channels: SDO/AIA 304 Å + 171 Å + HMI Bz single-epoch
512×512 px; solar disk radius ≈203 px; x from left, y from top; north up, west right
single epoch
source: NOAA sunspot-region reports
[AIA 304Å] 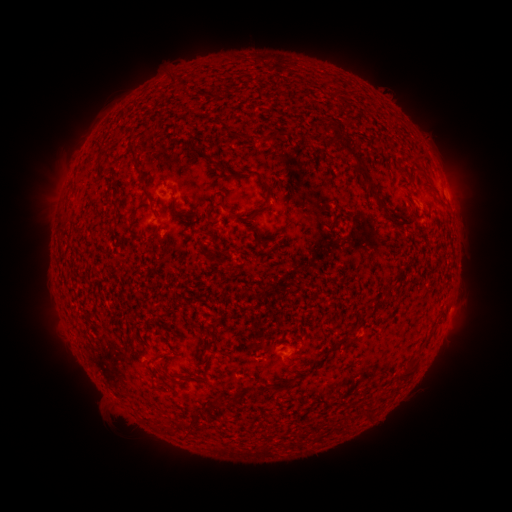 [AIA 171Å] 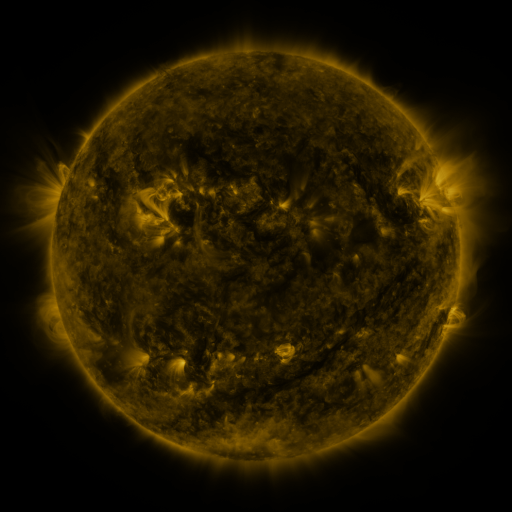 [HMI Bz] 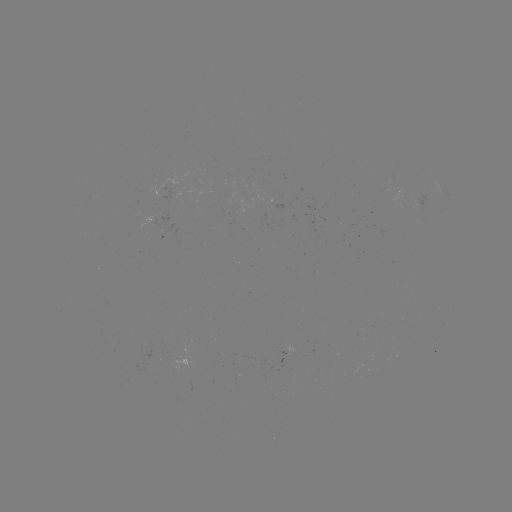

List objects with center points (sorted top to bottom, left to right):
spotted active region: (439, 192)
spotted active region: (164, 195)
spotted active region: (285, 350)
